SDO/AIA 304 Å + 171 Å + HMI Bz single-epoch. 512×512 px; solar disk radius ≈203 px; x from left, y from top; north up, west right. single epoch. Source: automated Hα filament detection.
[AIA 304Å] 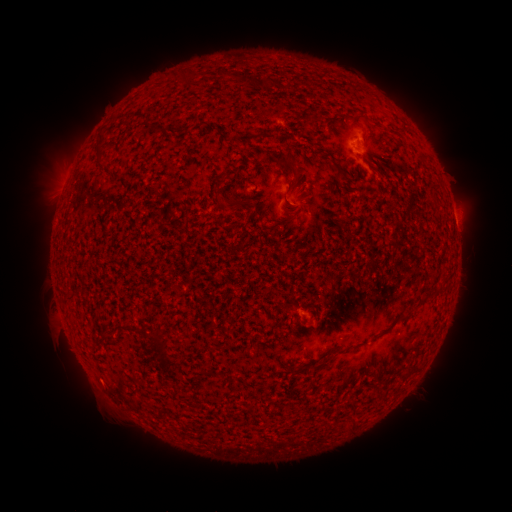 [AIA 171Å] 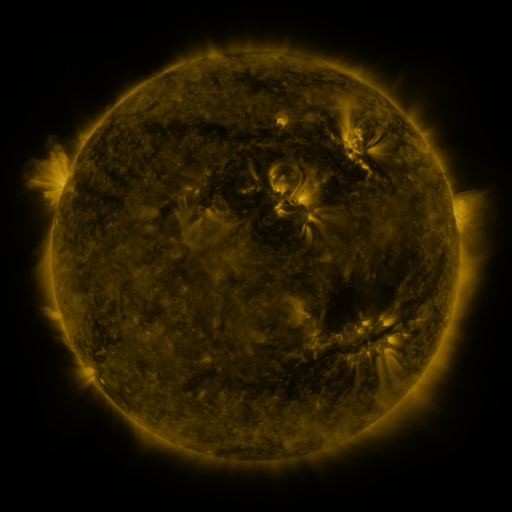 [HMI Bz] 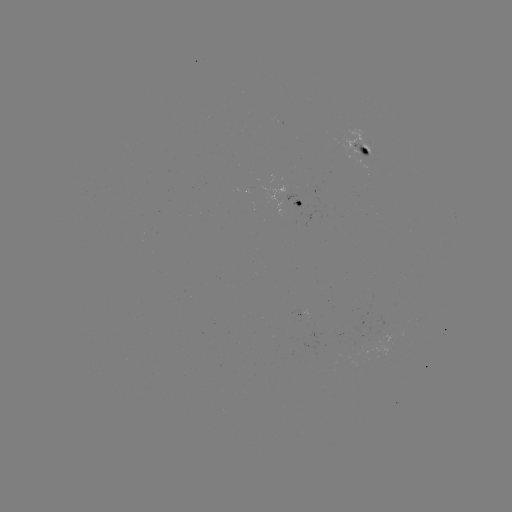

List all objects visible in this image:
filament: <bbox>354, 115, 367, 123</bbox>
filament: <bbox>95, 142, 105, 166</bbox>
filament: <bbox>274, 157, 299, 180</bbox>
filament: <bbox>334, 168, 345, 186</bbox>
filament: <bbox>216, 192, 230, 204</bbox>
filament: <bbox>282, 218, 293, 226</bbox>
filament: <bbox>320, 356, 333, 365</bbox>
filament: <bbox>404, 369, 411, 380</bbox>
